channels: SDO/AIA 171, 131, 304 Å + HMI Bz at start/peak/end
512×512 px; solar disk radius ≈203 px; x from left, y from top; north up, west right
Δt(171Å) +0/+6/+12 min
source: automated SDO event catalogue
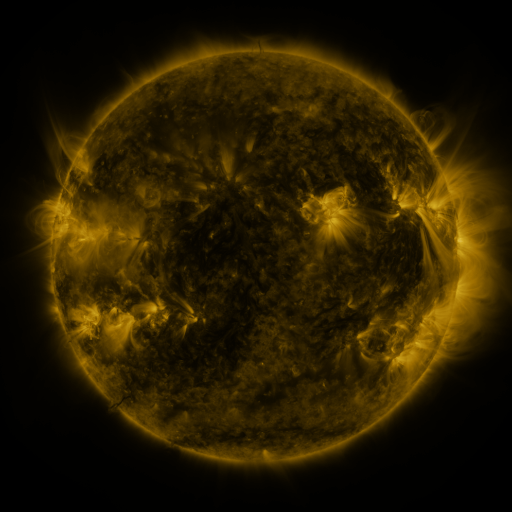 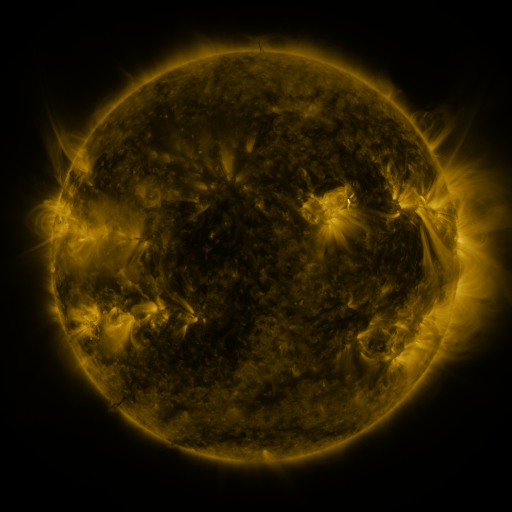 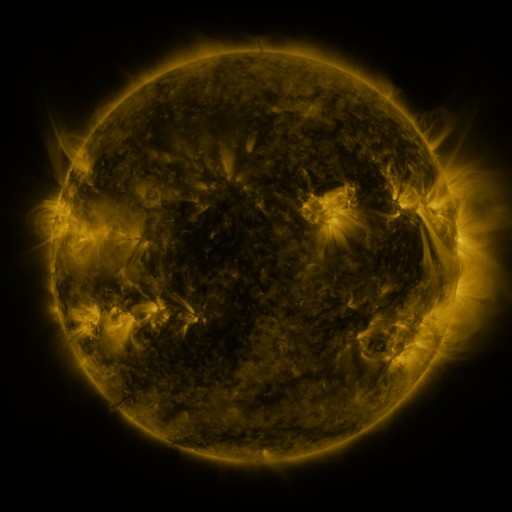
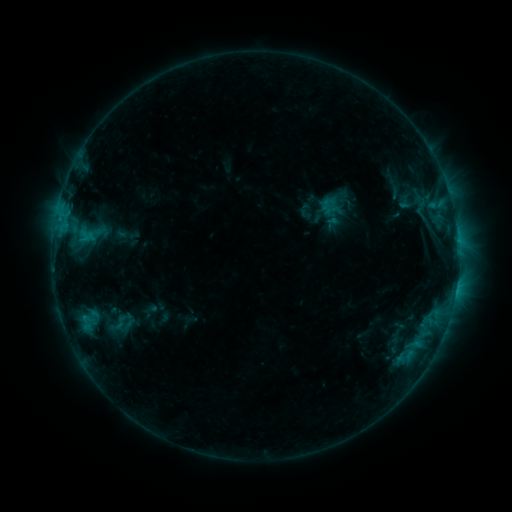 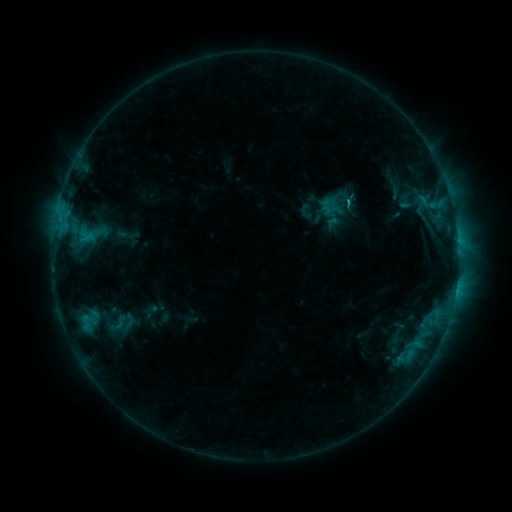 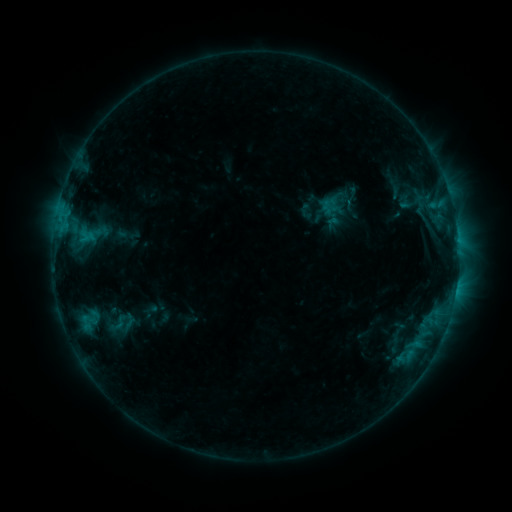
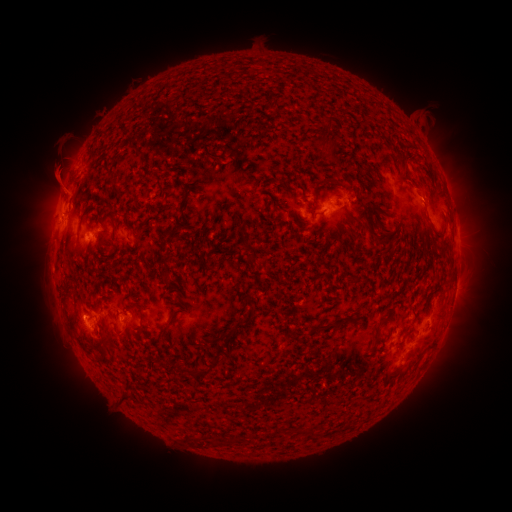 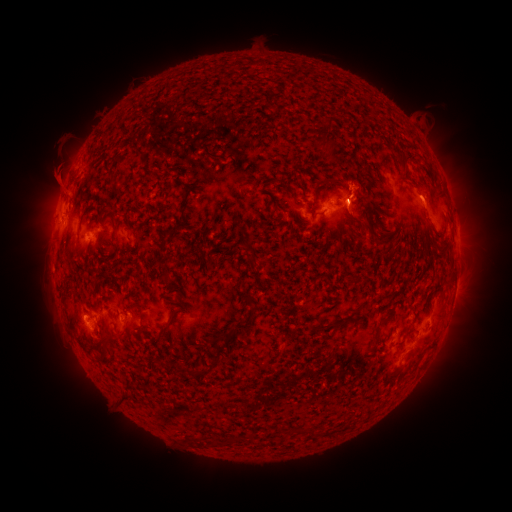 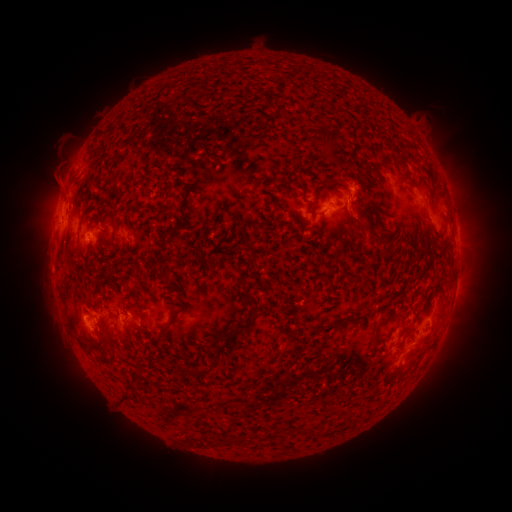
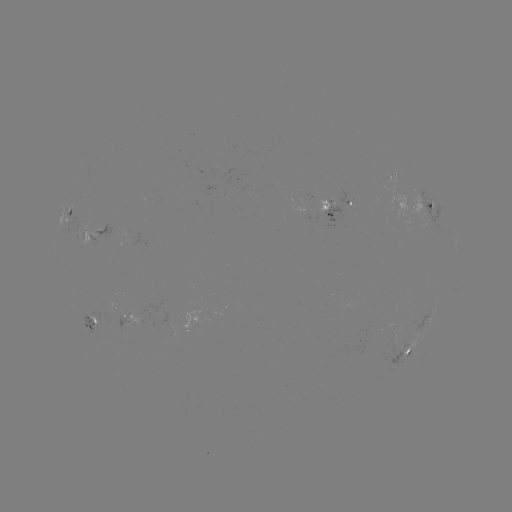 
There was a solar flare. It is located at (346, 204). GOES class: B8.9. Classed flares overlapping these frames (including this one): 1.